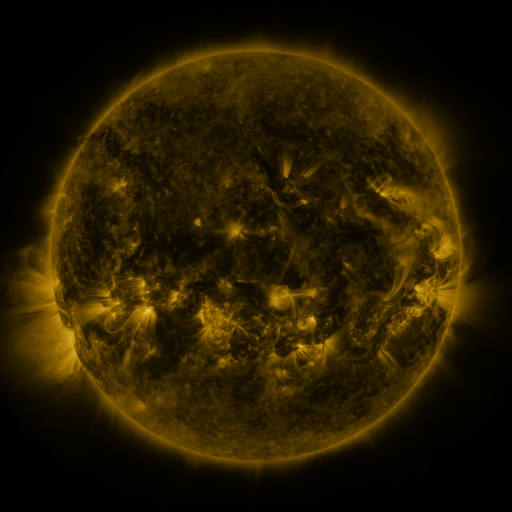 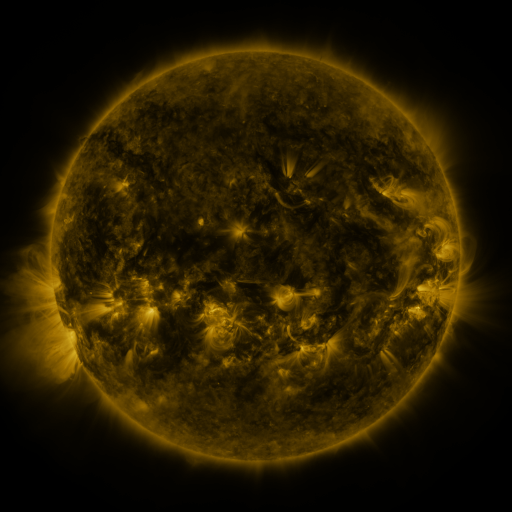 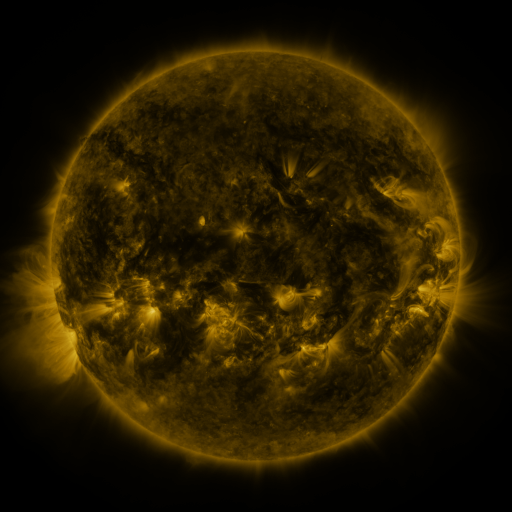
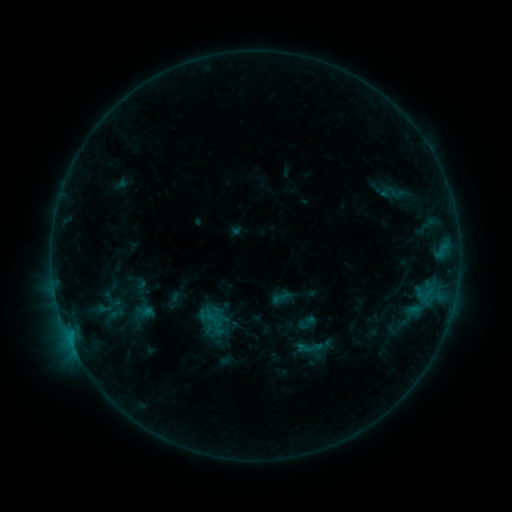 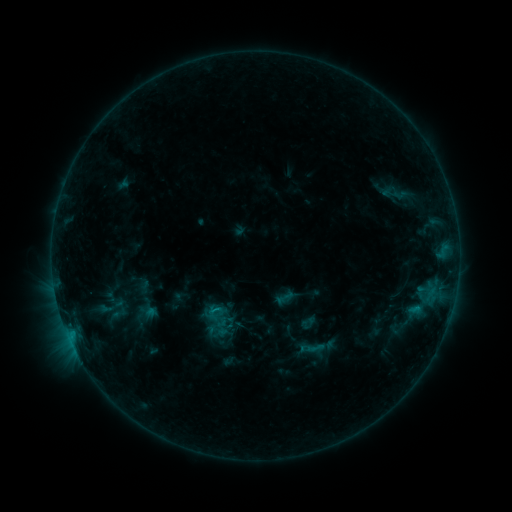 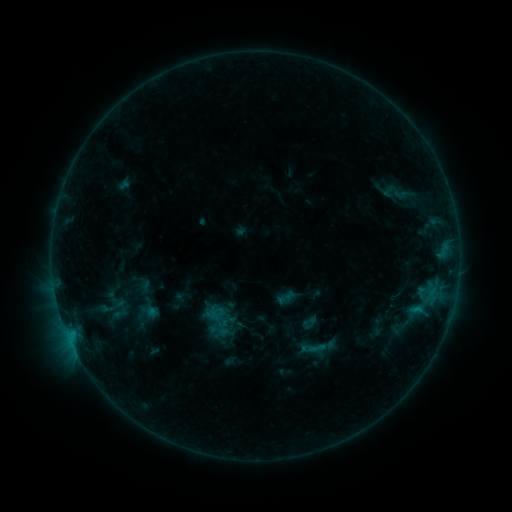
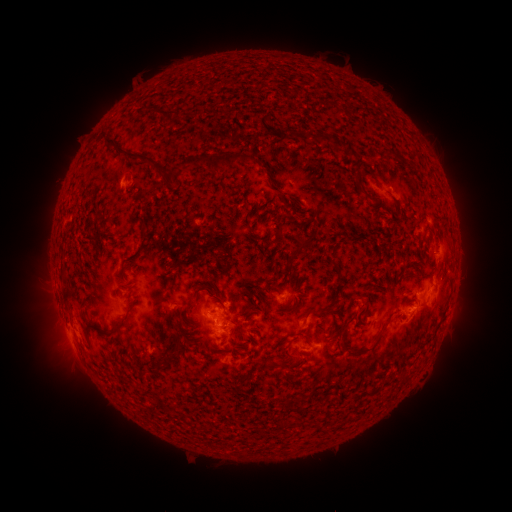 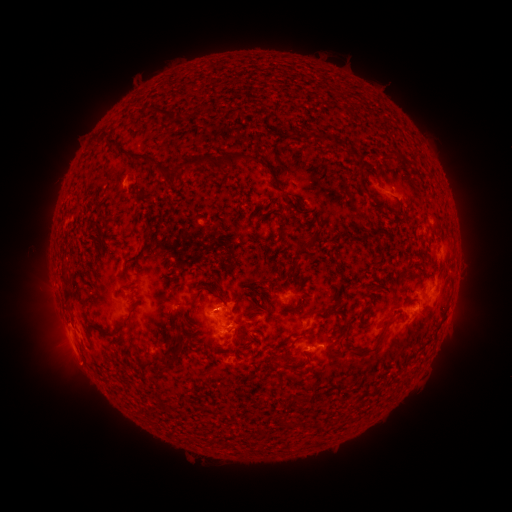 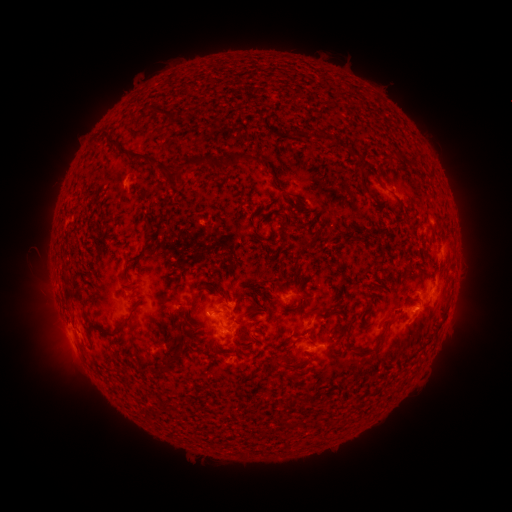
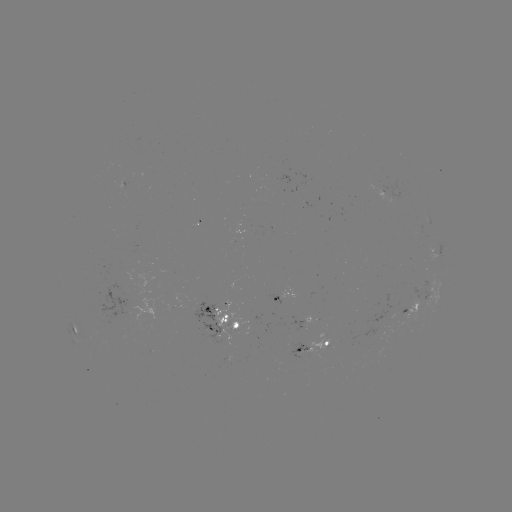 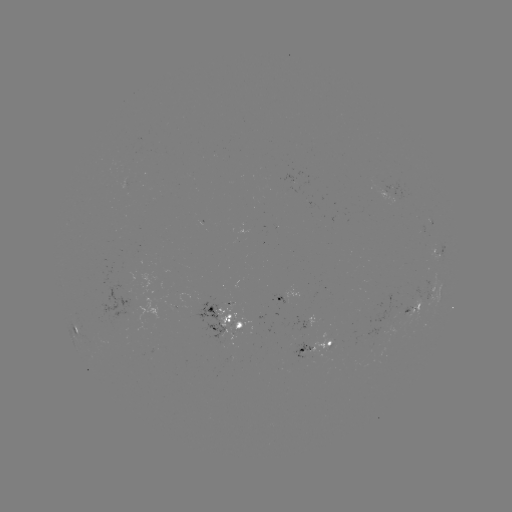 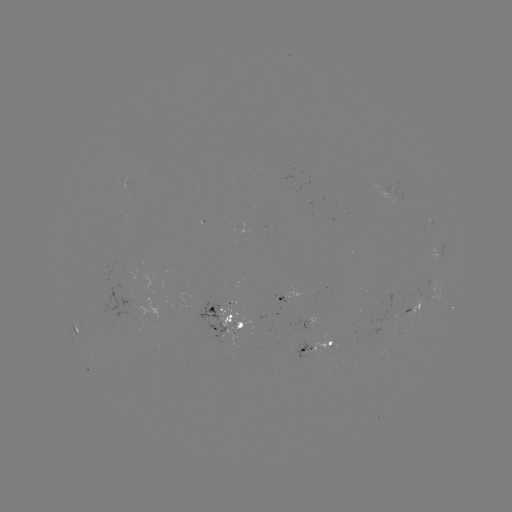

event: emerging-flux region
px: (296, 350)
